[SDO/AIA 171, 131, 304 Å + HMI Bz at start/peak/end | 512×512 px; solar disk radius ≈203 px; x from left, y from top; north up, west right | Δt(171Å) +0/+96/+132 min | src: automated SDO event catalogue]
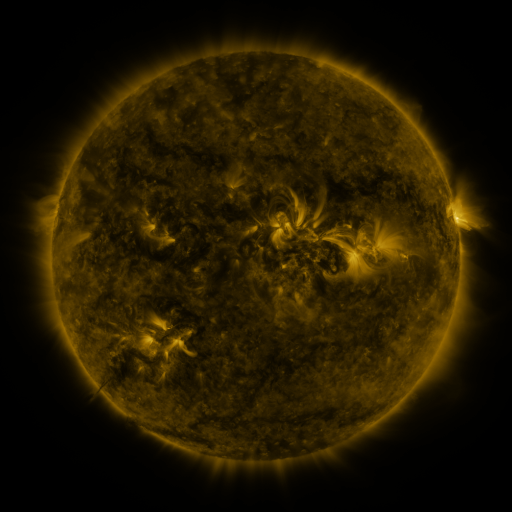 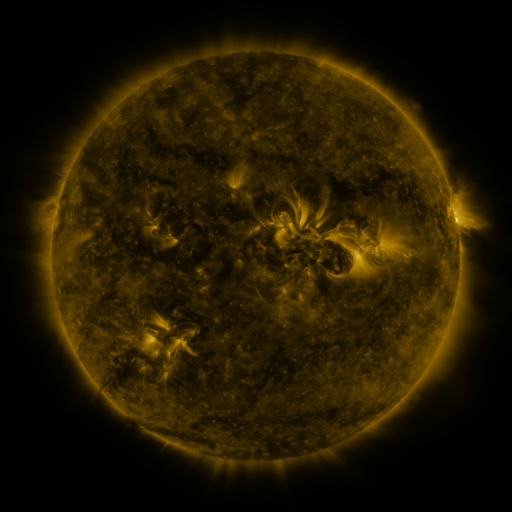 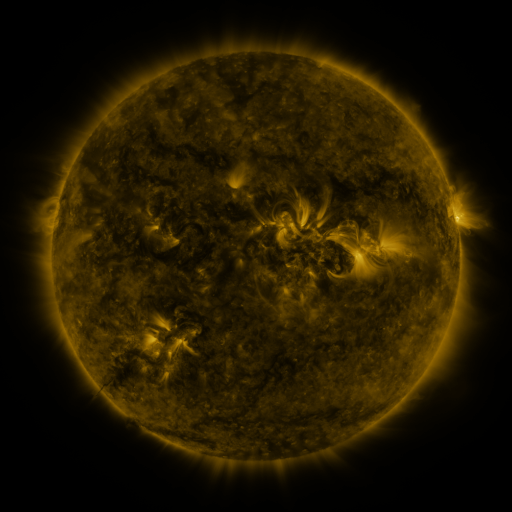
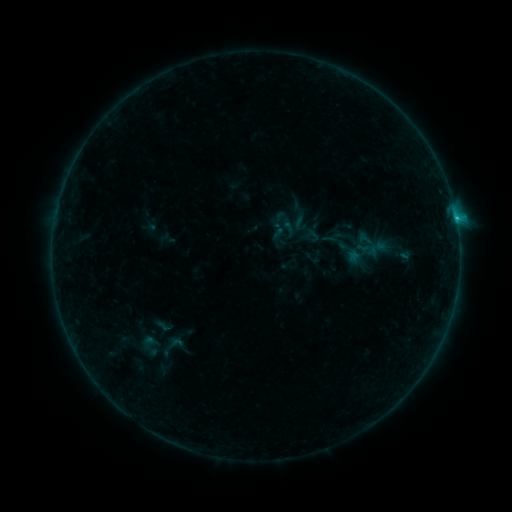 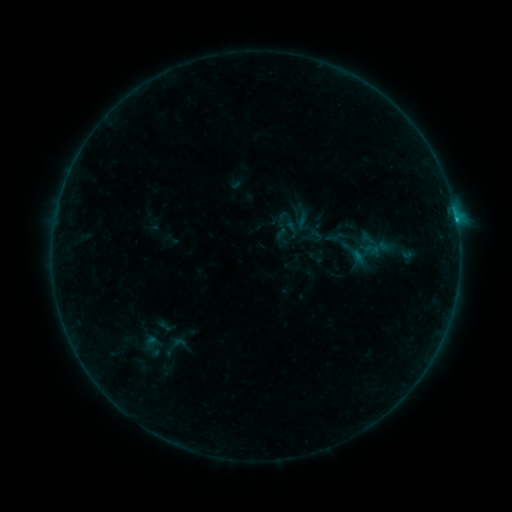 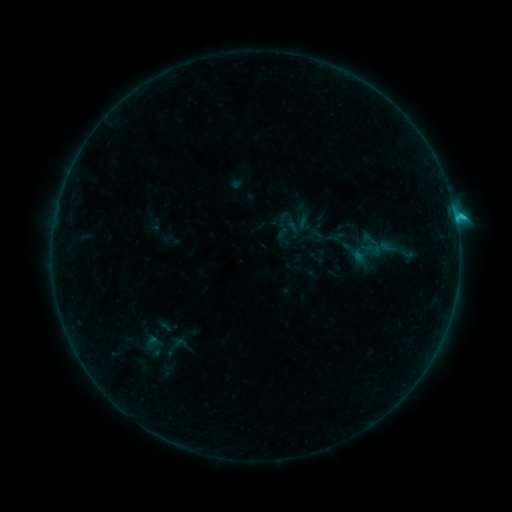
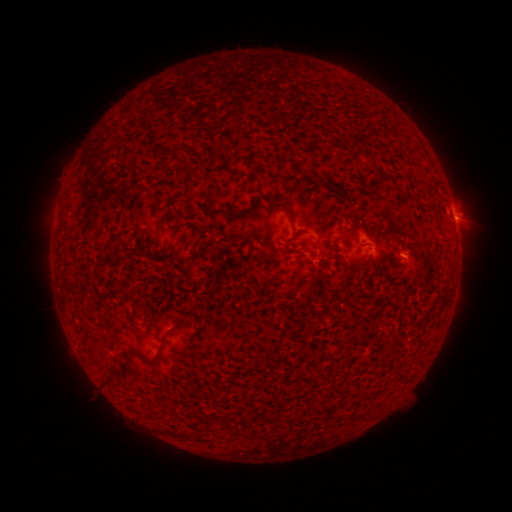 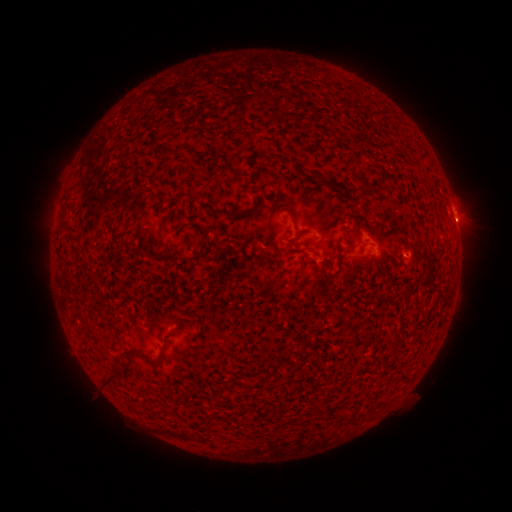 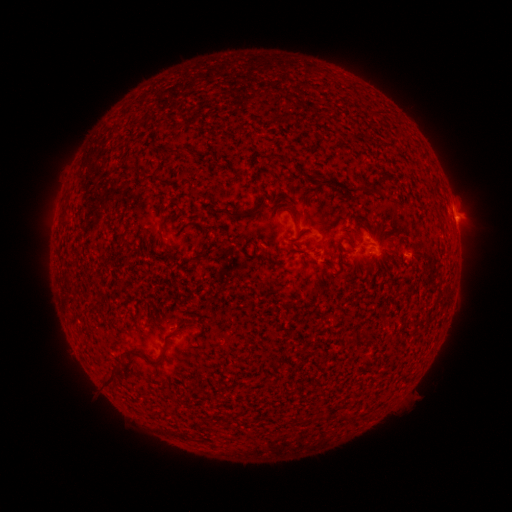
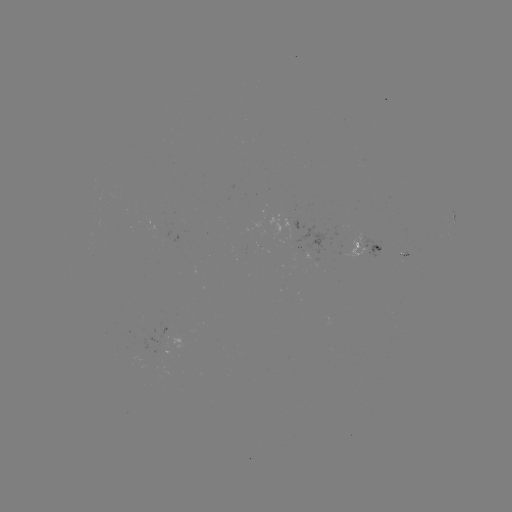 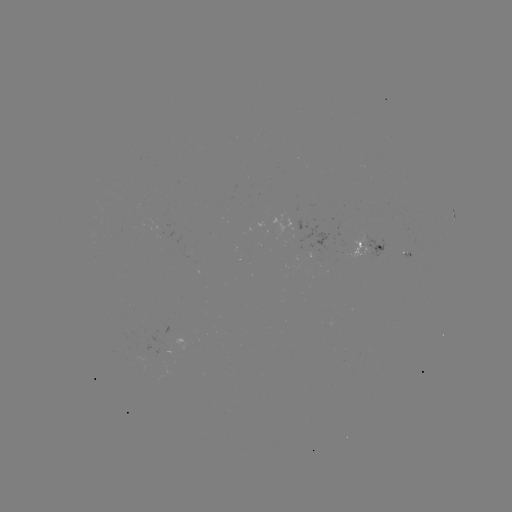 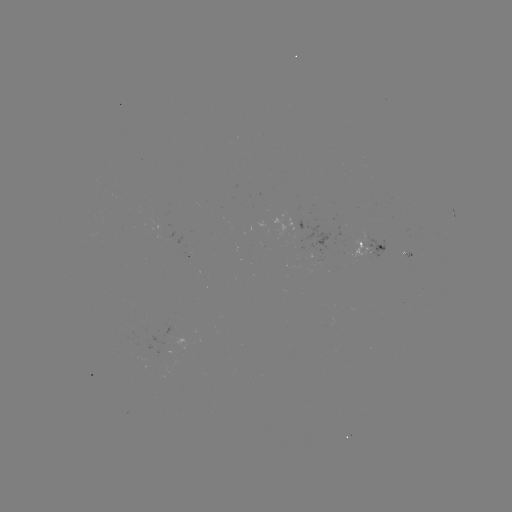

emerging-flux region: [148, 335, 168, 347]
